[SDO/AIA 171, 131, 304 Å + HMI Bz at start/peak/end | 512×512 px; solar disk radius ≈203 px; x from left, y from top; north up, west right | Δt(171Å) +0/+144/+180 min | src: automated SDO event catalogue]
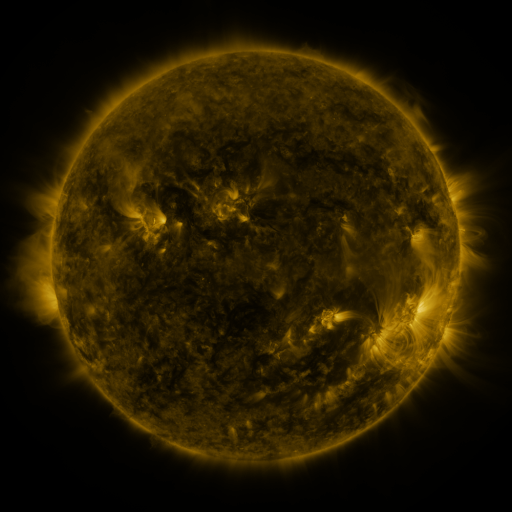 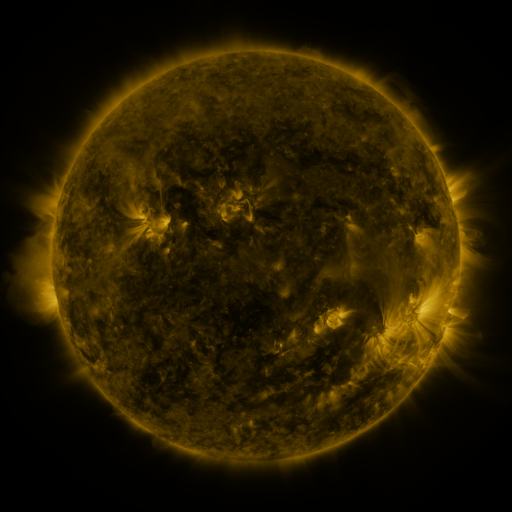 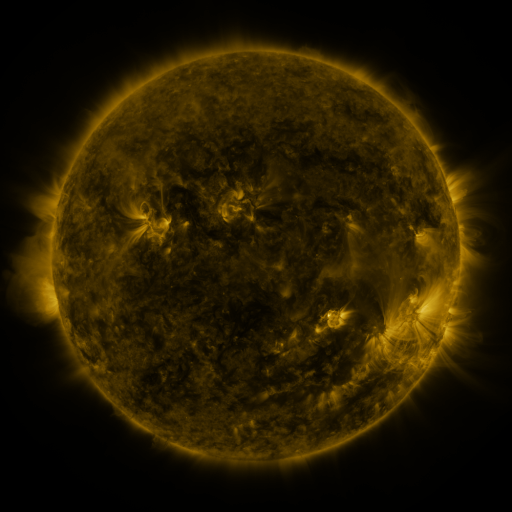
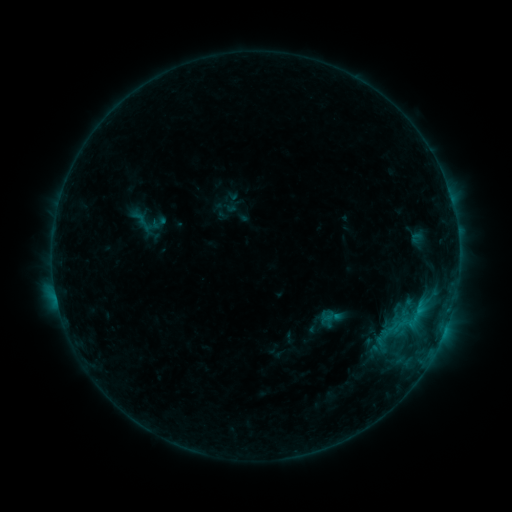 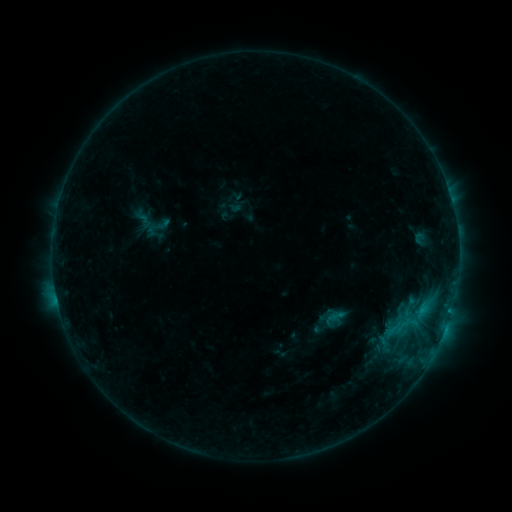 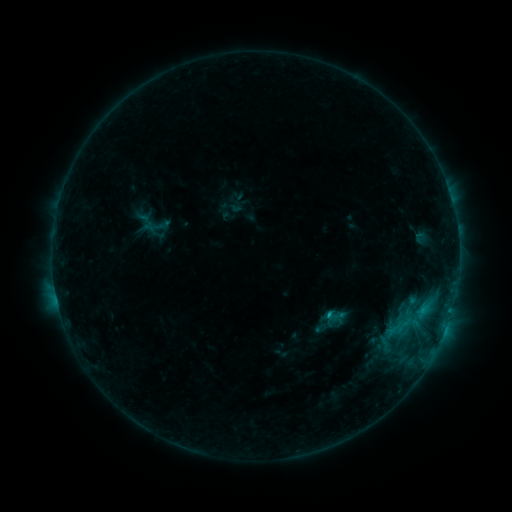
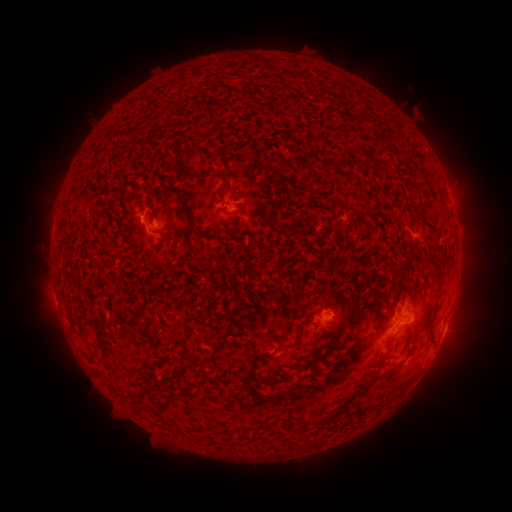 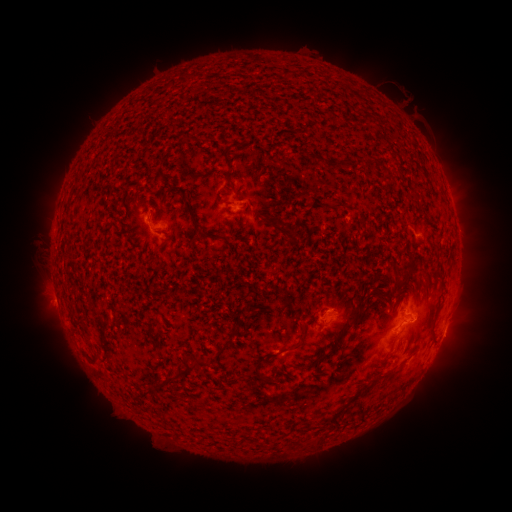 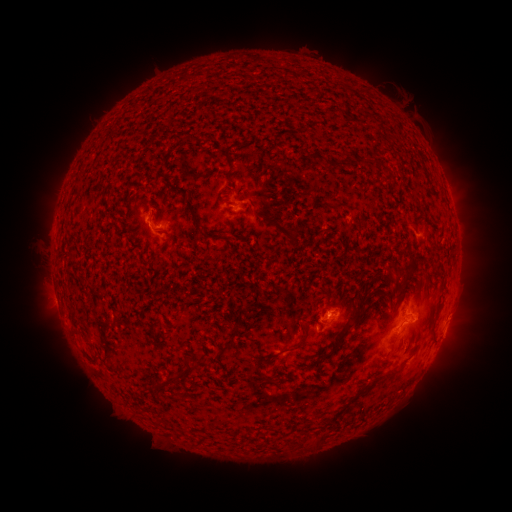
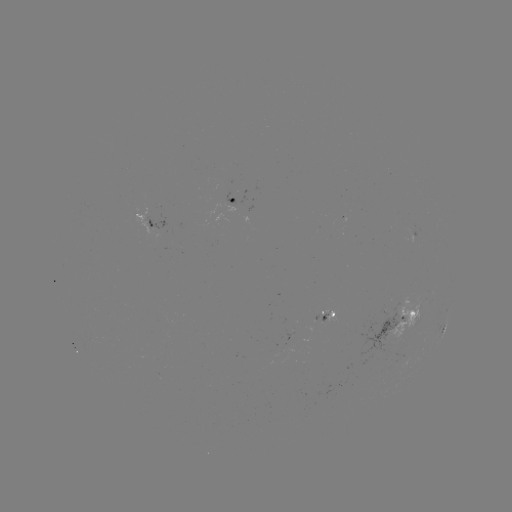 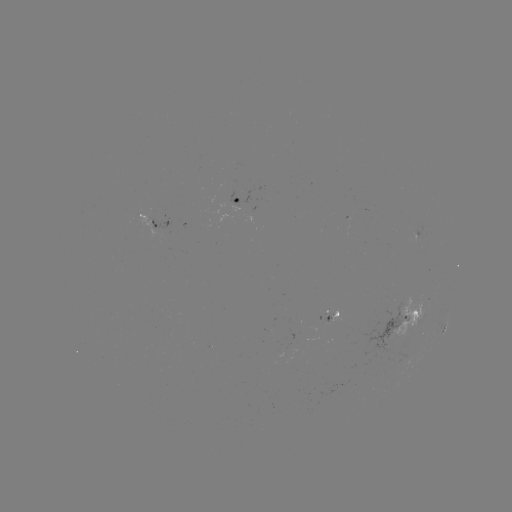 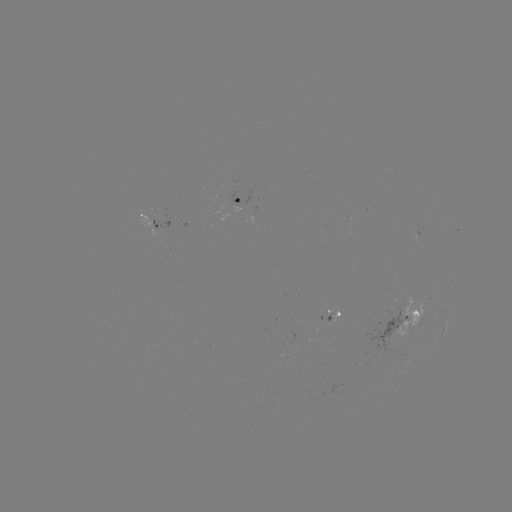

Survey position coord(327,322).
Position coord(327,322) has emerging-flux region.